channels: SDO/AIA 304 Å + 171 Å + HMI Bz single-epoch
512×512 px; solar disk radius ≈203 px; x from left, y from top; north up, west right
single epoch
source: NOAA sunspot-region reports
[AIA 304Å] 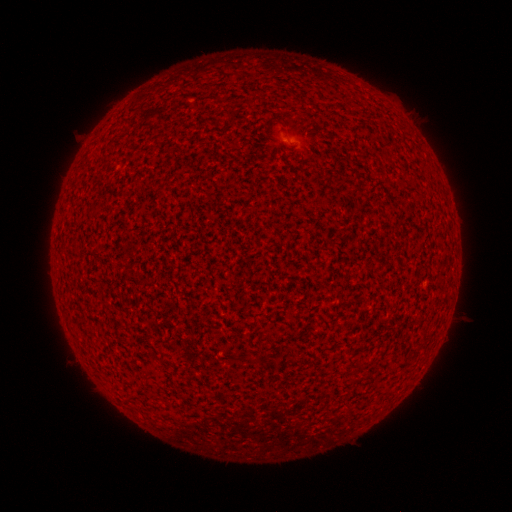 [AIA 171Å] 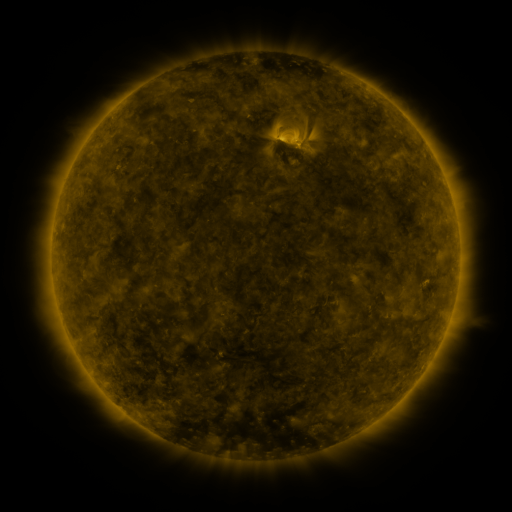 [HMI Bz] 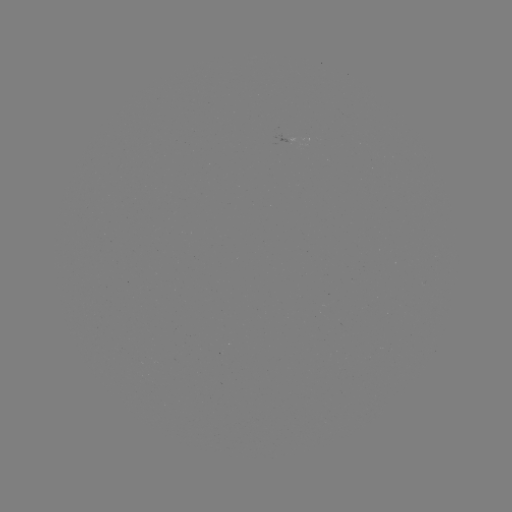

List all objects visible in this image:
(none)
